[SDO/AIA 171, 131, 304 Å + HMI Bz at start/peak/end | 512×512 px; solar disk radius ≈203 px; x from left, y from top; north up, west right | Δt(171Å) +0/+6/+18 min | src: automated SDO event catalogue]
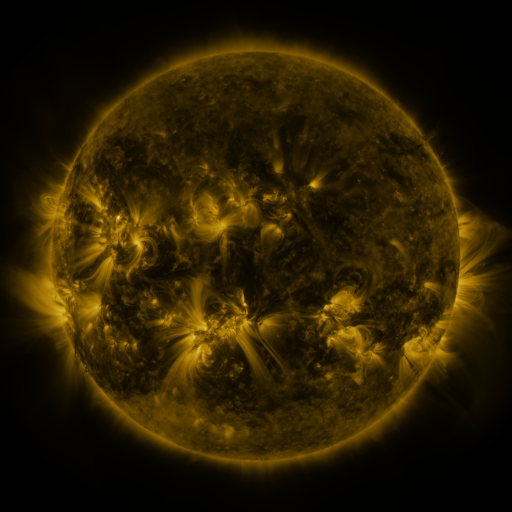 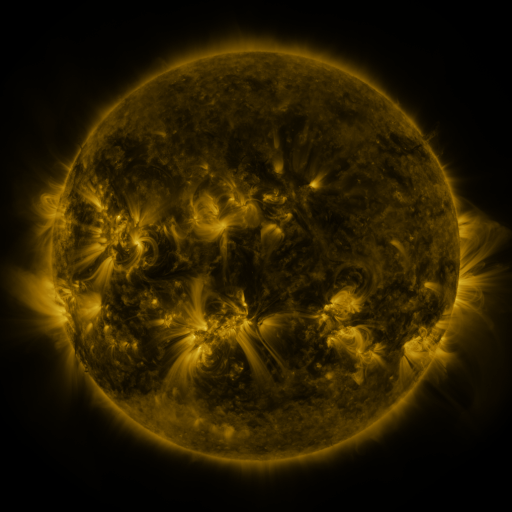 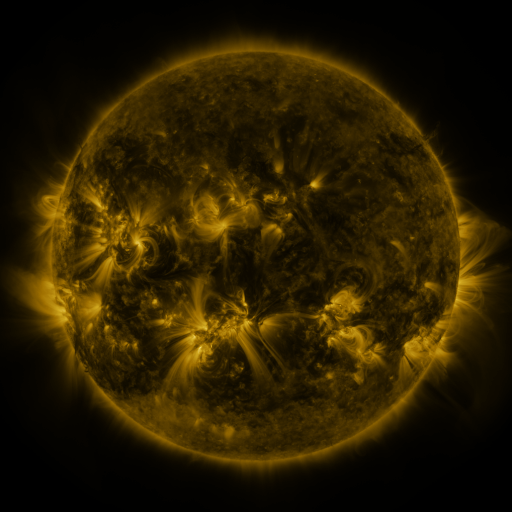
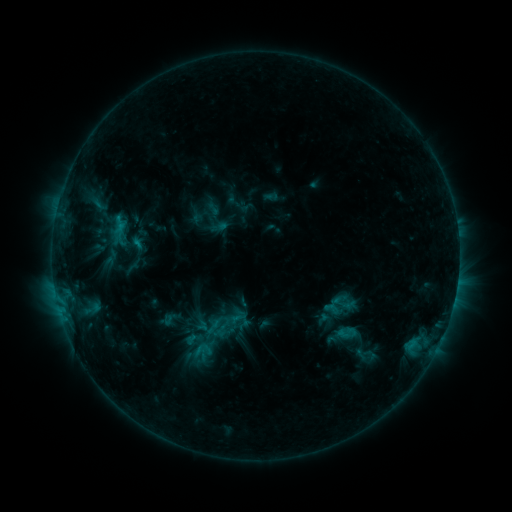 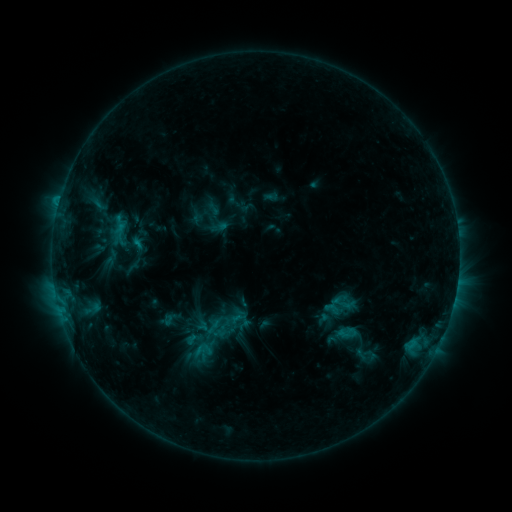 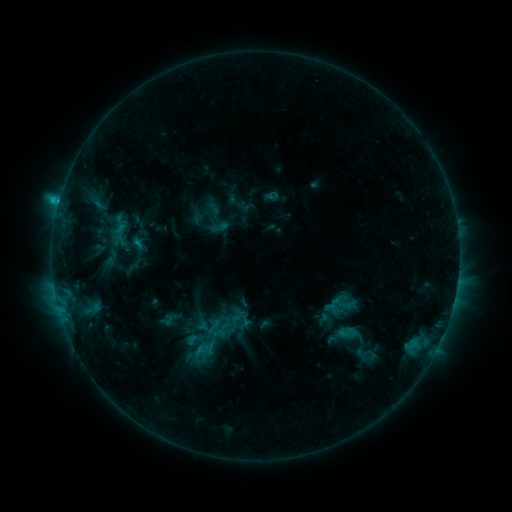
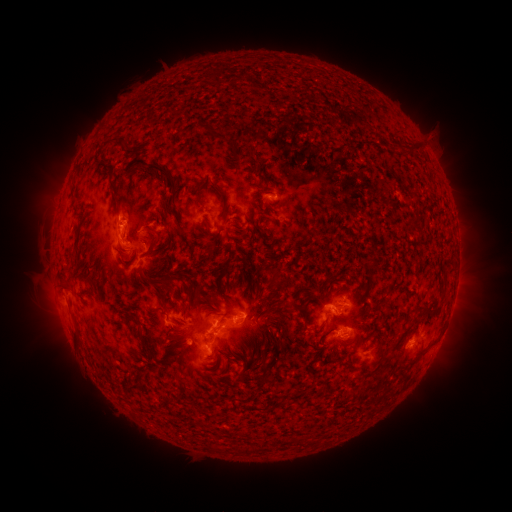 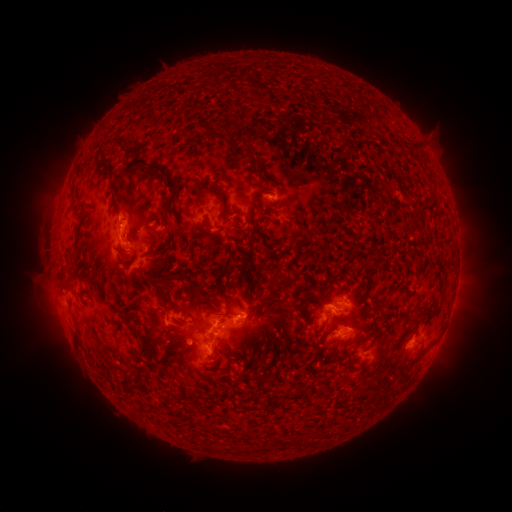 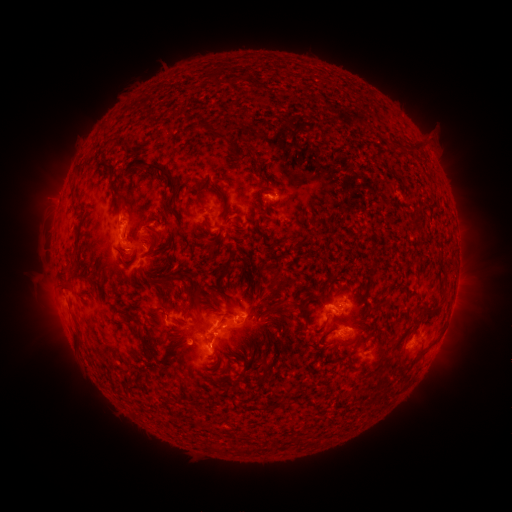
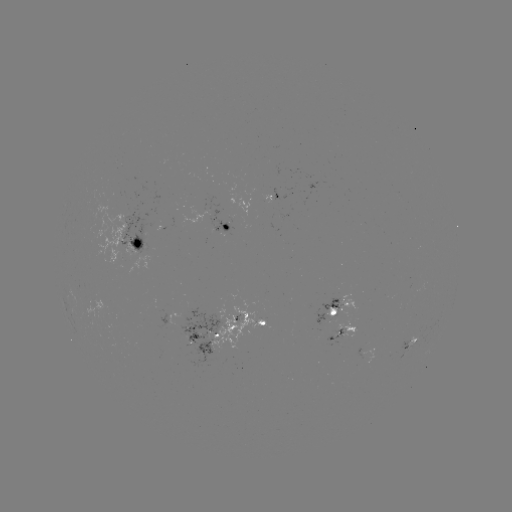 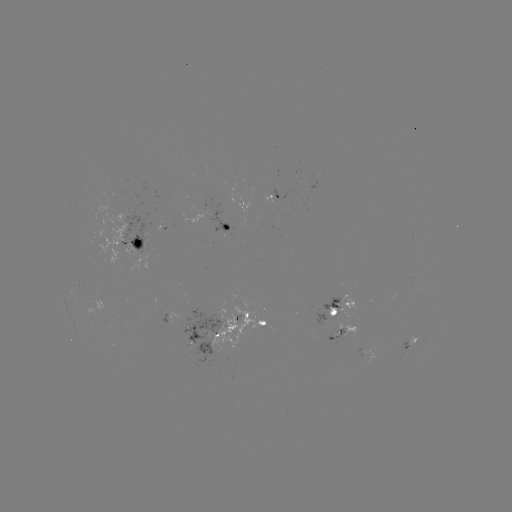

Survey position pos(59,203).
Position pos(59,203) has C3.5 flare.